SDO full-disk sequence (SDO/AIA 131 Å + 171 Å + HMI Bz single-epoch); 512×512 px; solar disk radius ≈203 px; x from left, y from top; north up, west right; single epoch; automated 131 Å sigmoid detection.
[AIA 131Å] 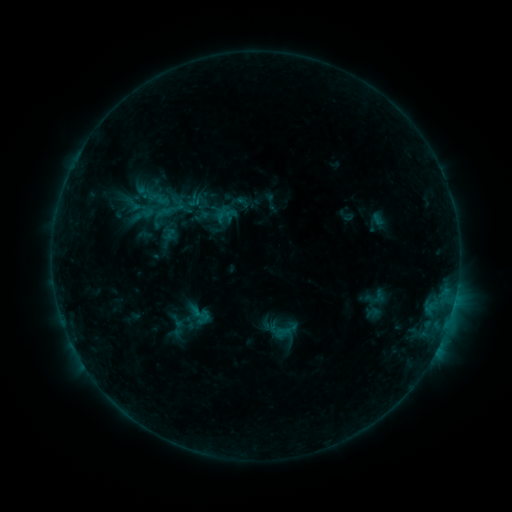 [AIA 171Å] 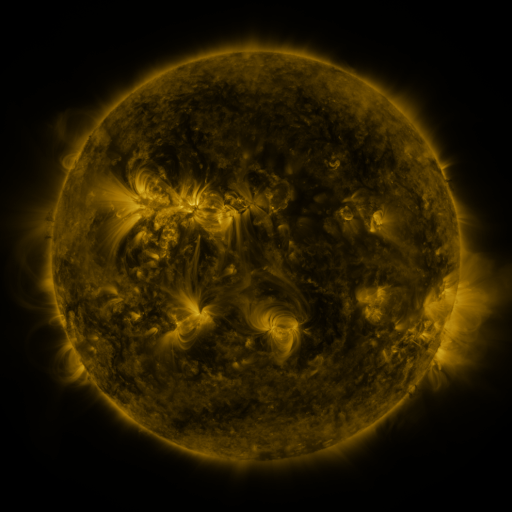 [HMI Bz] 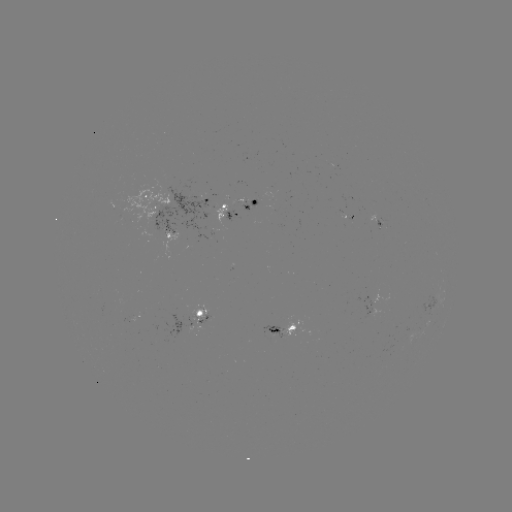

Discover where sigmoid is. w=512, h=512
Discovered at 201,314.